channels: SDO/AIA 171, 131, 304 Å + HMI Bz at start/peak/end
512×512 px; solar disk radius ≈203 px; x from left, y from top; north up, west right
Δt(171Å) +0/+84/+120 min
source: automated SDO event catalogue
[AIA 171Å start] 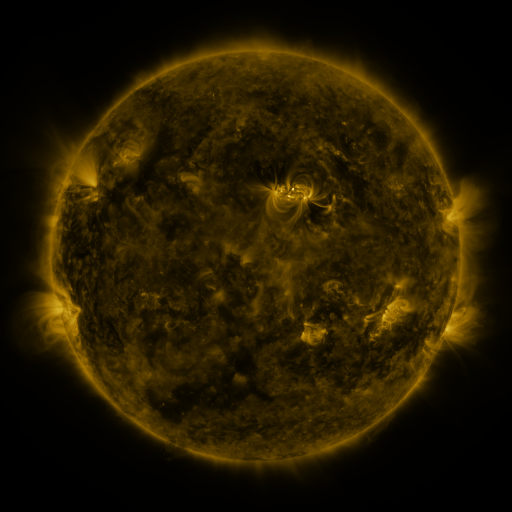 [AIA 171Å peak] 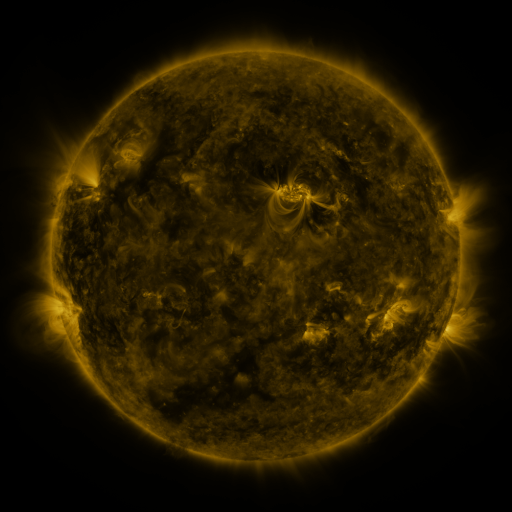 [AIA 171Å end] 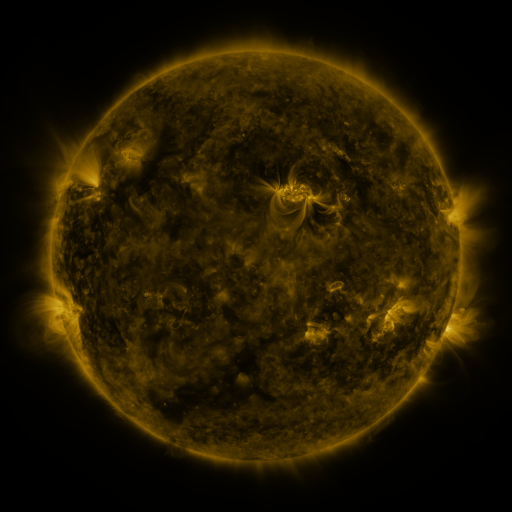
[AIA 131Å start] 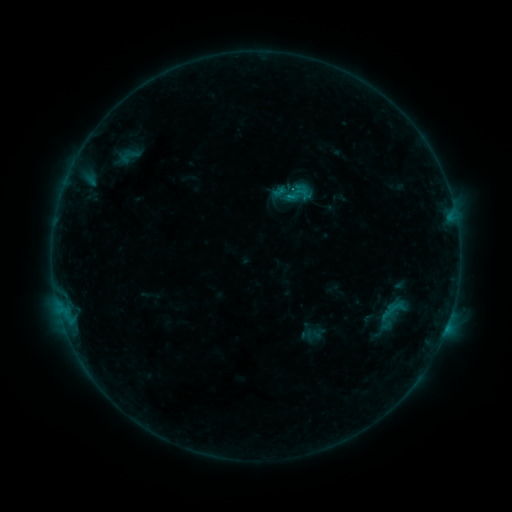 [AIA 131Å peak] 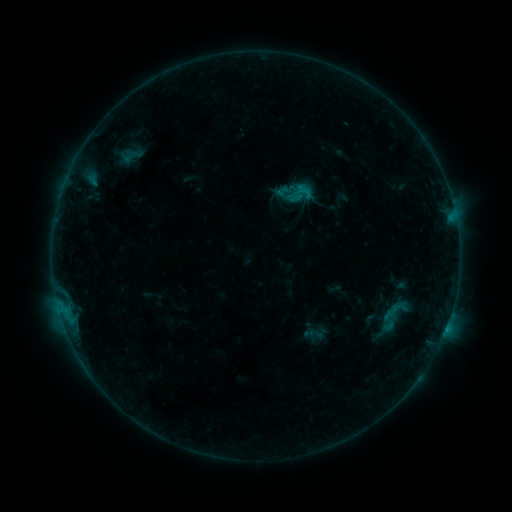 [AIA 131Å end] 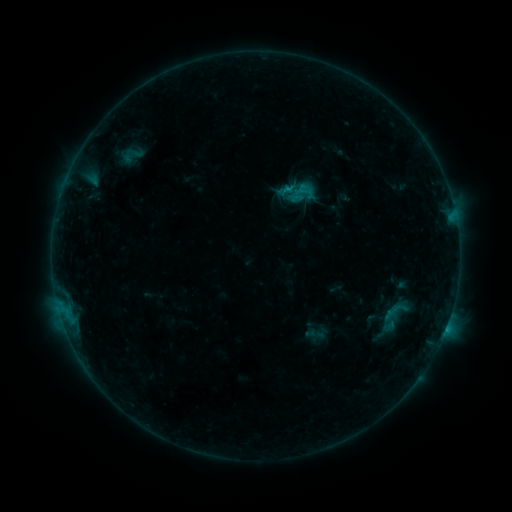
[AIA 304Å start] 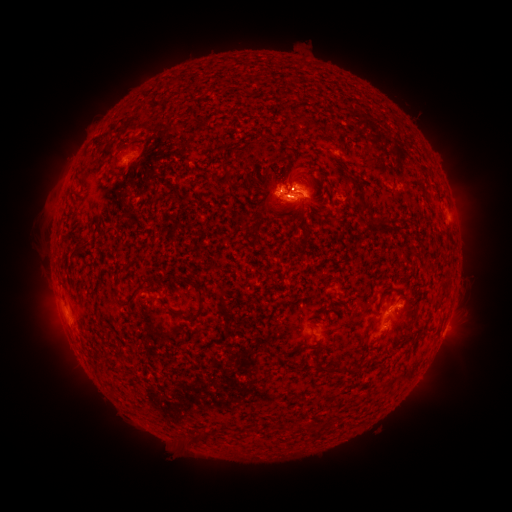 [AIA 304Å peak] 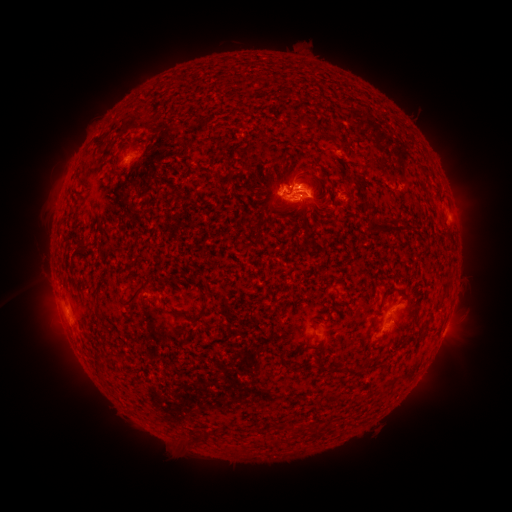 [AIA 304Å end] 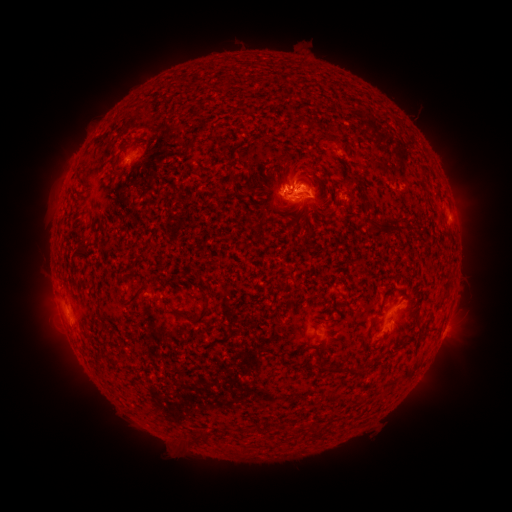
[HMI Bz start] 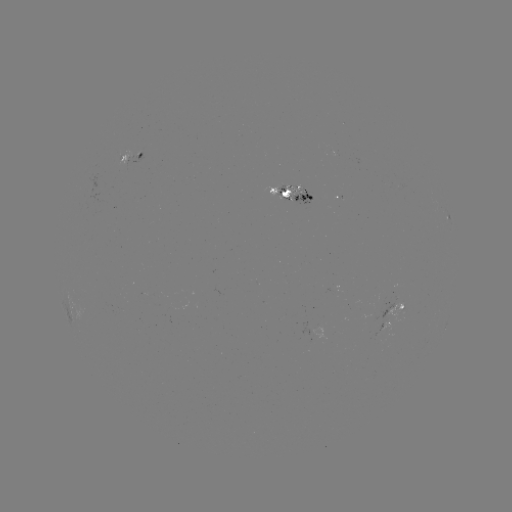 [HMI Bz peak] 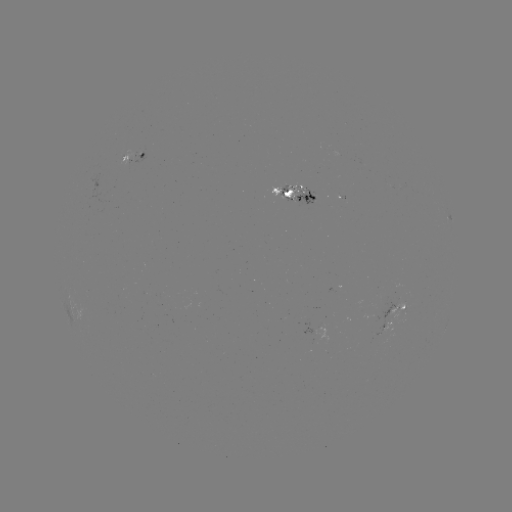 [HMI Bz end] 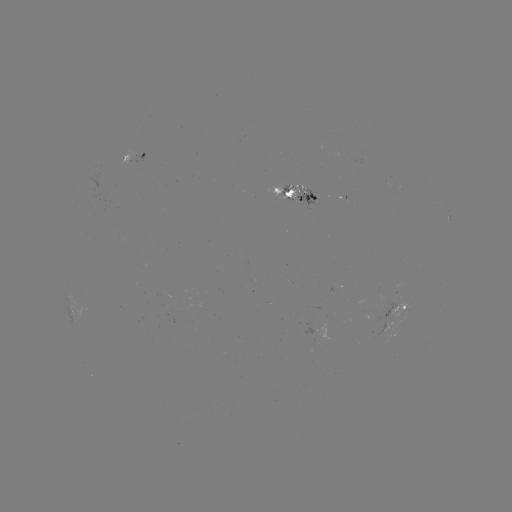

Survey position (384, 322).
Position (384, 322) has emerging-flux region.